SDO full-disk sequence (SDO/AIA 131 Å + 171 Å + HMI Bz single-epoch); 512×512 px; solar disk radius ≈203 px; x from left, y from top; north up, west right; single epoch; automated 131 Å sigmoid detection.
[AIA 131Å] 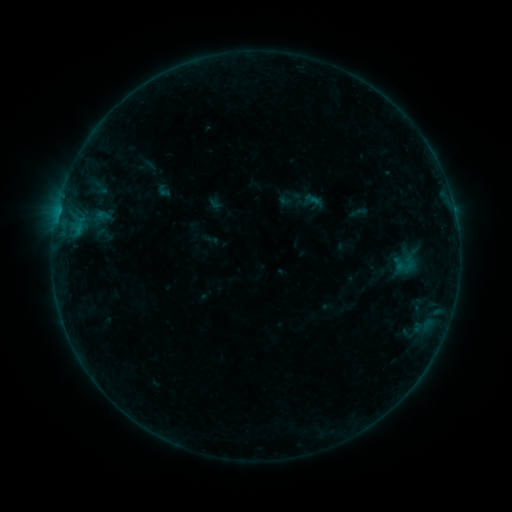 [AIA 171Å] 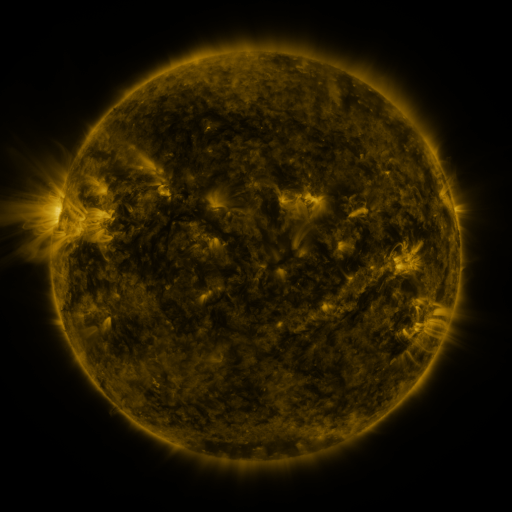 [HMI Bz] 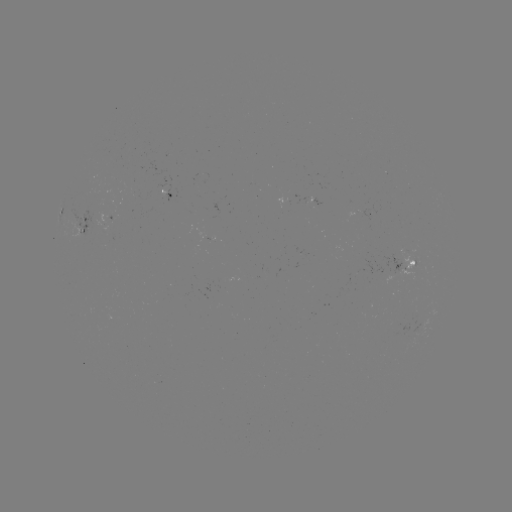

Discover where sigmoid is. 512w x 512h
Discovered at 291,199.